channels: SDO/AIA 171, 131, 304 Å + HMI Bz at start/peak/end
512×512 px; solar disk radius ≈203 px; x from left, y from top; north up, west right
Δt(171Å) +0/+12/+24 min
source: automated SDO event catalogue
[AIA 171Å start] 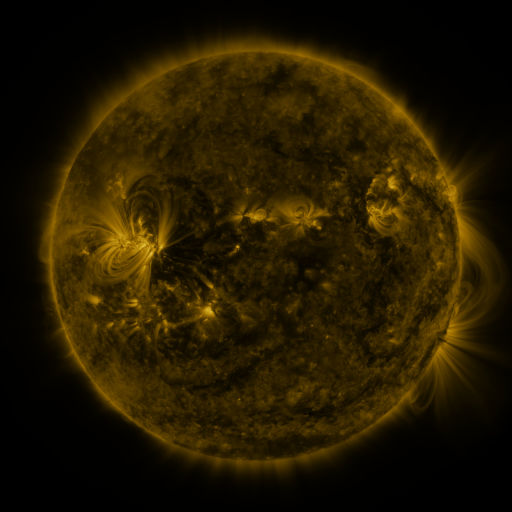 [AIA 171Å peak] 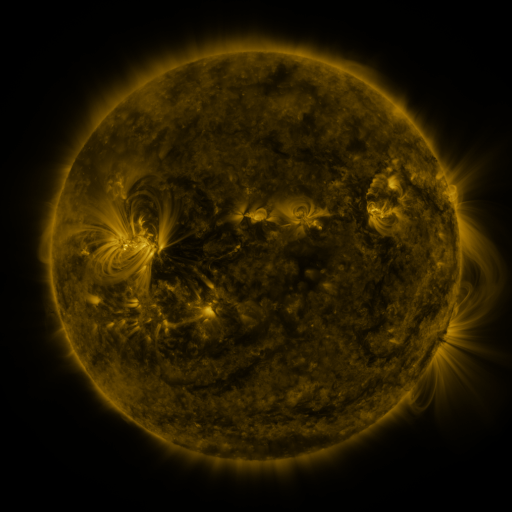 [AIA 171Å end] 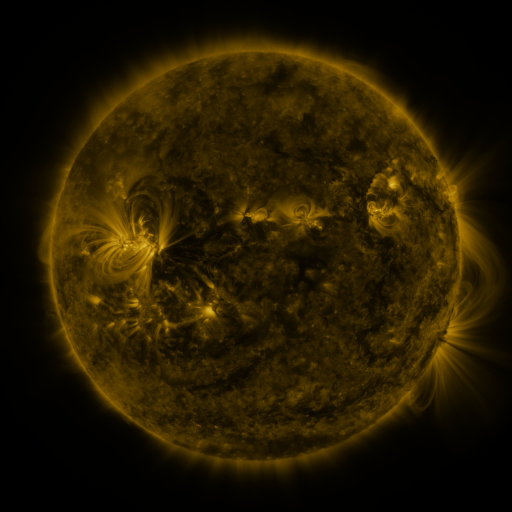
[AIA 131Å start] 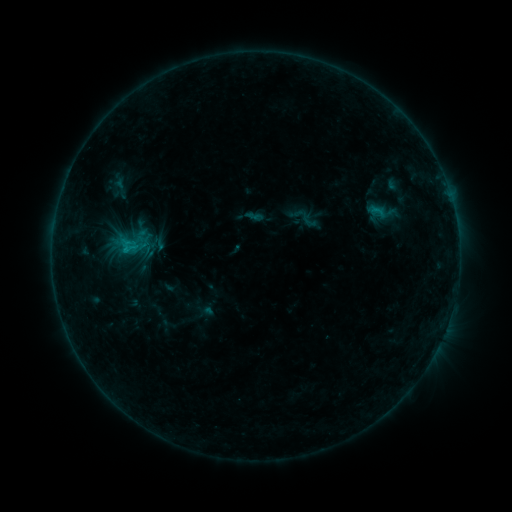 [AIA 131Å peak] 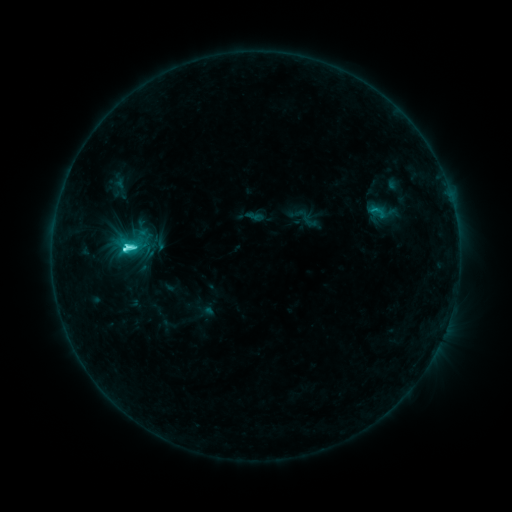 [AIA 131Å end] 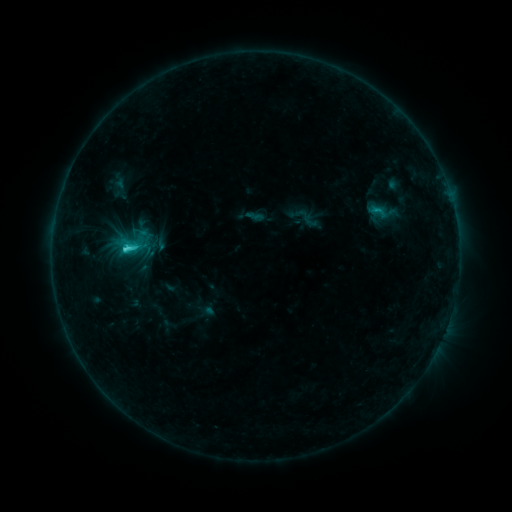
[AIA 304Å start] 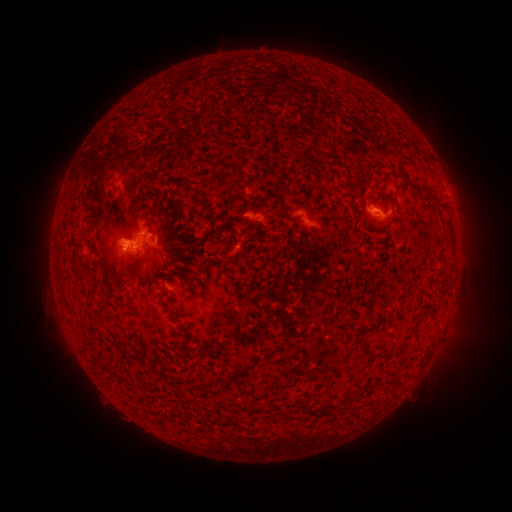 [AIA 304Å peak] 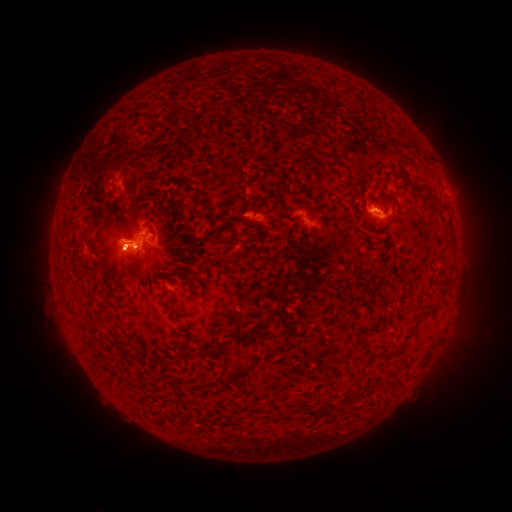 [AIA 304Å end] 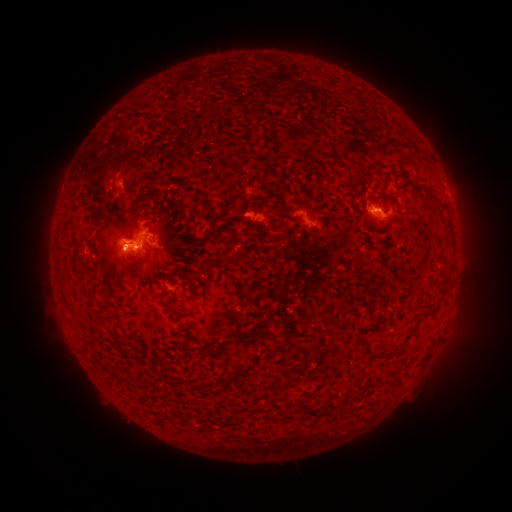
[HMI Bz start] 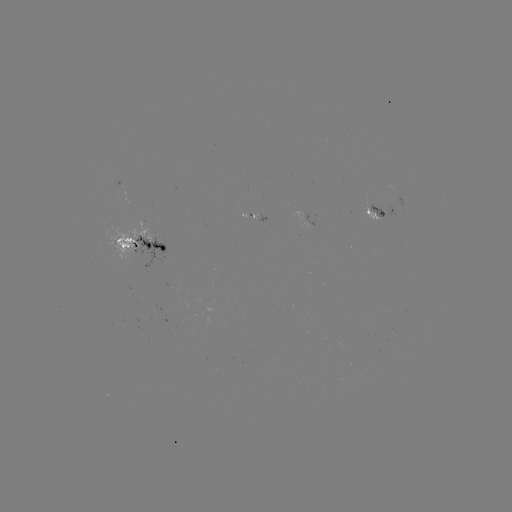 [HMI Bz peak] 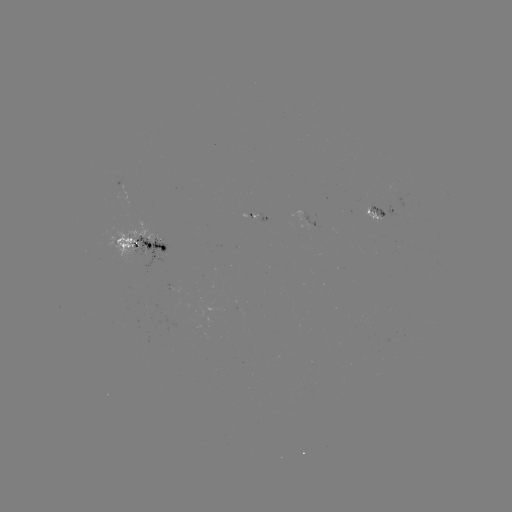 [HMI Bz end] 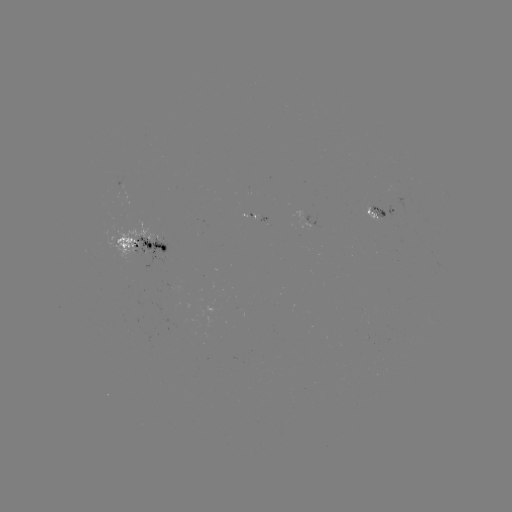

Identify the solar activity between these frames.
C5.0 flare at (128, 250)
